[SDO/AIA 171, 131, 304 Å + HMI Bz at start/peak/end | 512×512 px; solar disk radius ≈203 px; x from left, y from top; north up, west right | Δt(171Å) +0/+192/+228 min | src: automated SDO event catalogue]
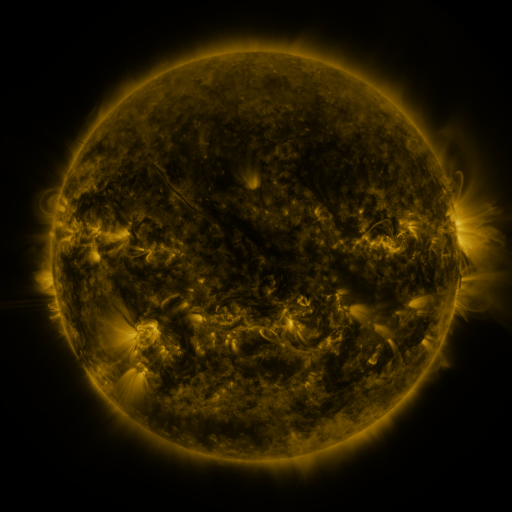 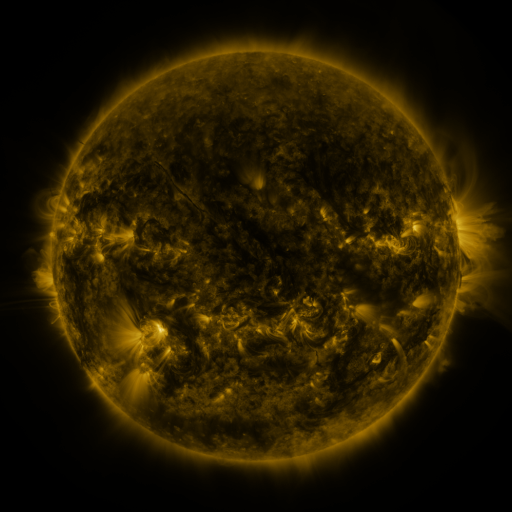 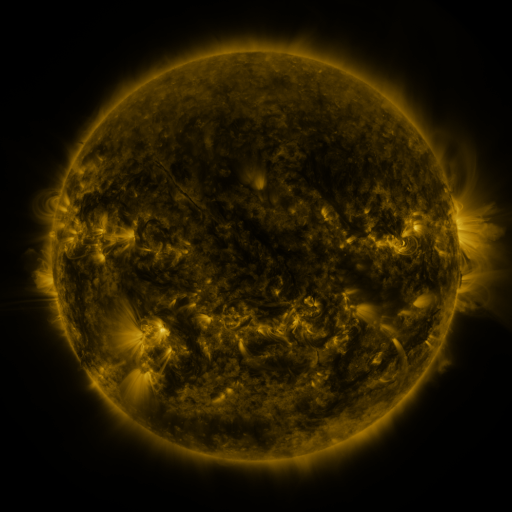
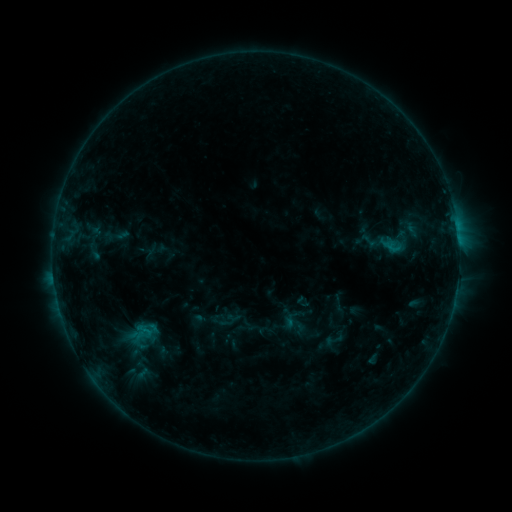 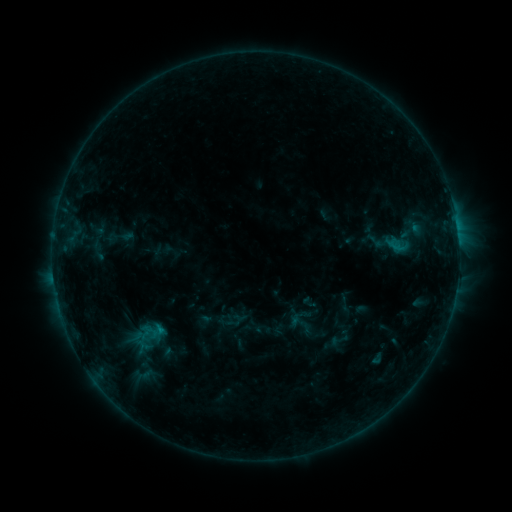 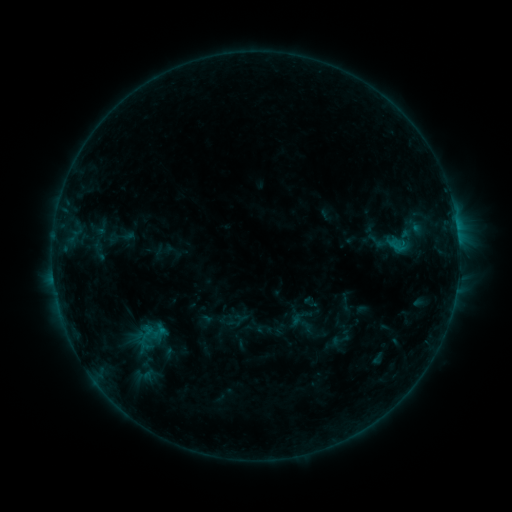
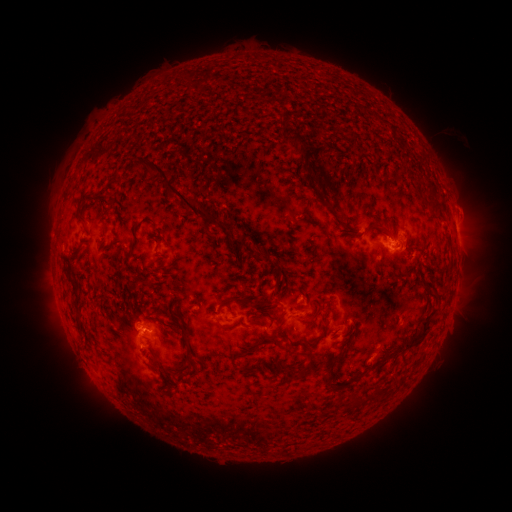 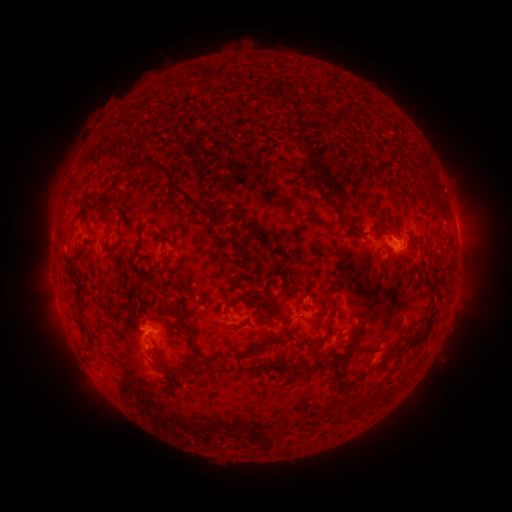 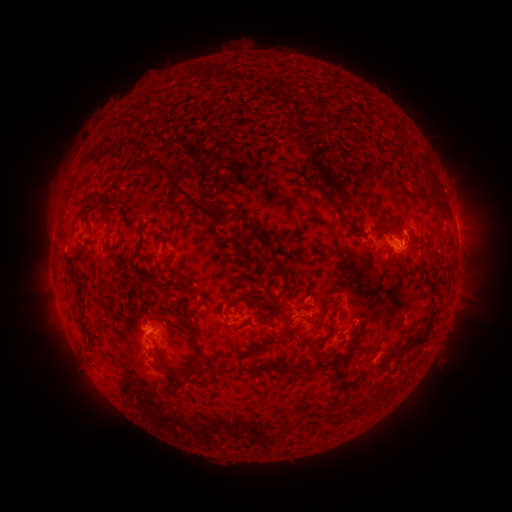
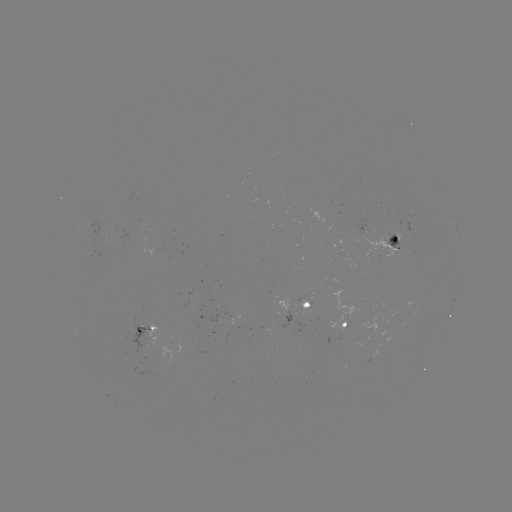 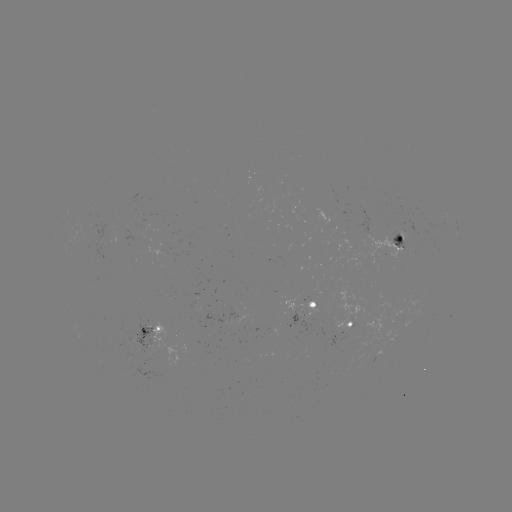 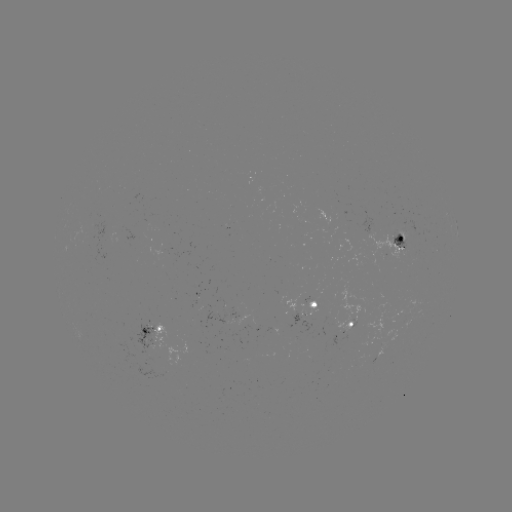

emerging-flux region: [103, 231, 114, 246]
